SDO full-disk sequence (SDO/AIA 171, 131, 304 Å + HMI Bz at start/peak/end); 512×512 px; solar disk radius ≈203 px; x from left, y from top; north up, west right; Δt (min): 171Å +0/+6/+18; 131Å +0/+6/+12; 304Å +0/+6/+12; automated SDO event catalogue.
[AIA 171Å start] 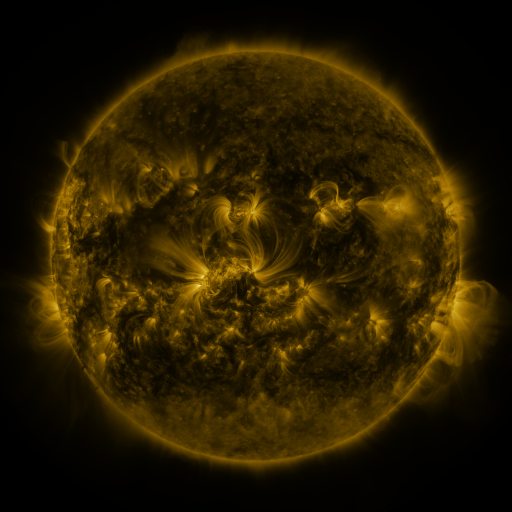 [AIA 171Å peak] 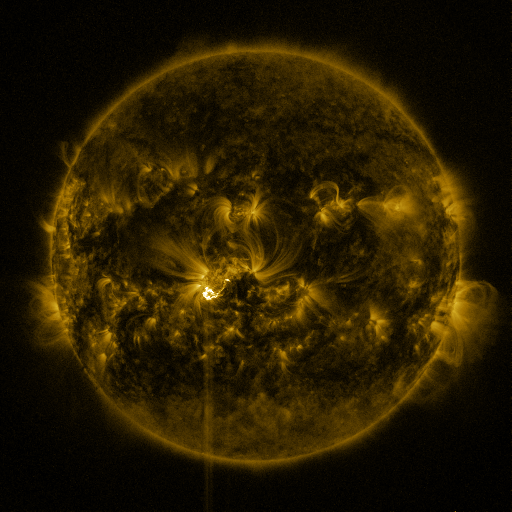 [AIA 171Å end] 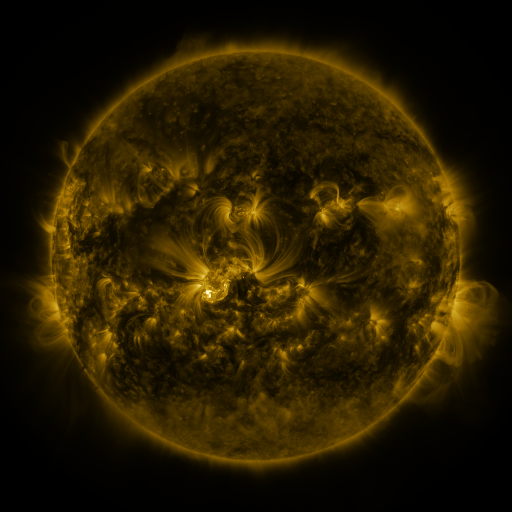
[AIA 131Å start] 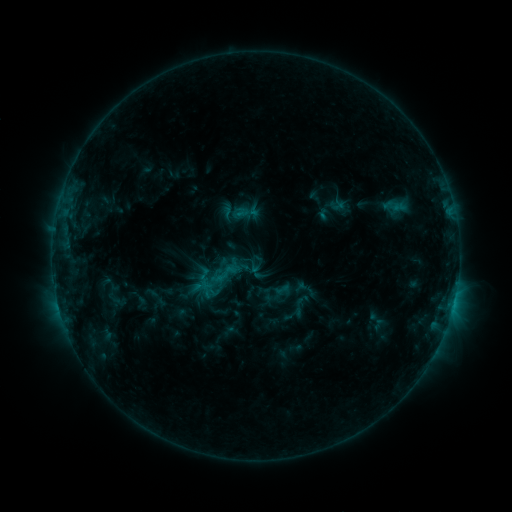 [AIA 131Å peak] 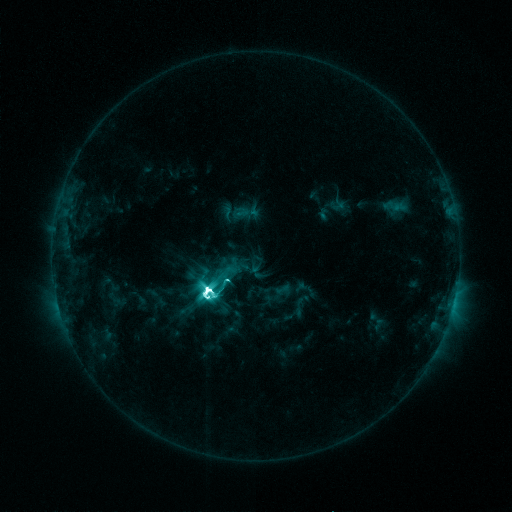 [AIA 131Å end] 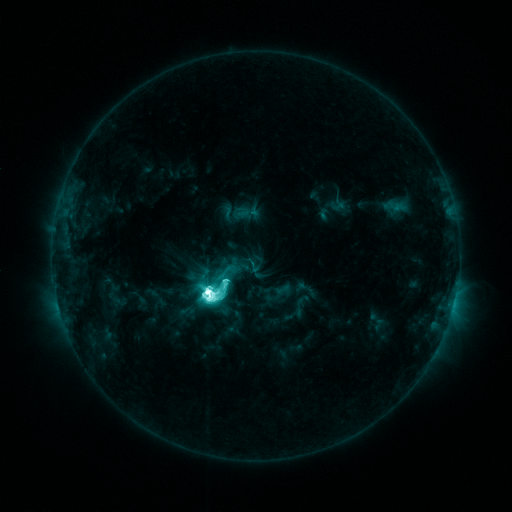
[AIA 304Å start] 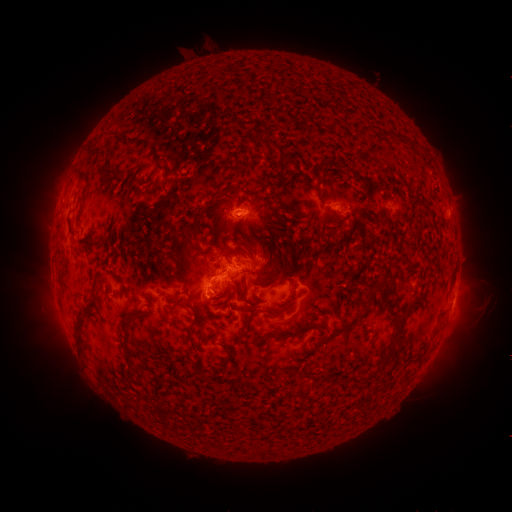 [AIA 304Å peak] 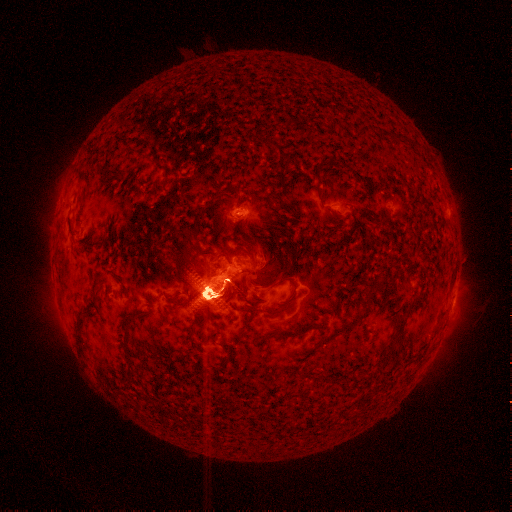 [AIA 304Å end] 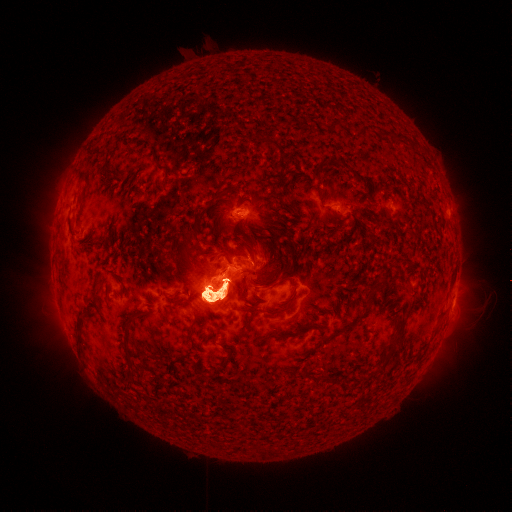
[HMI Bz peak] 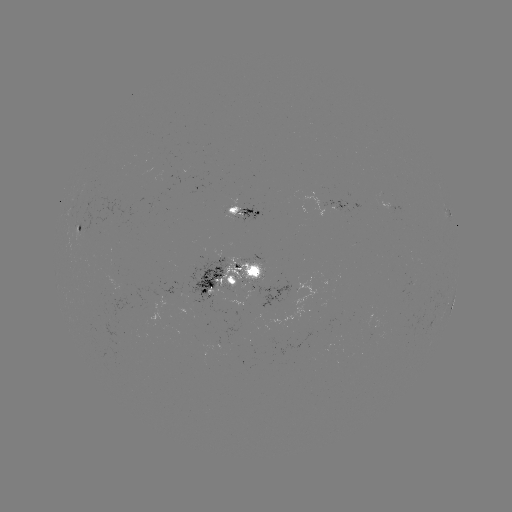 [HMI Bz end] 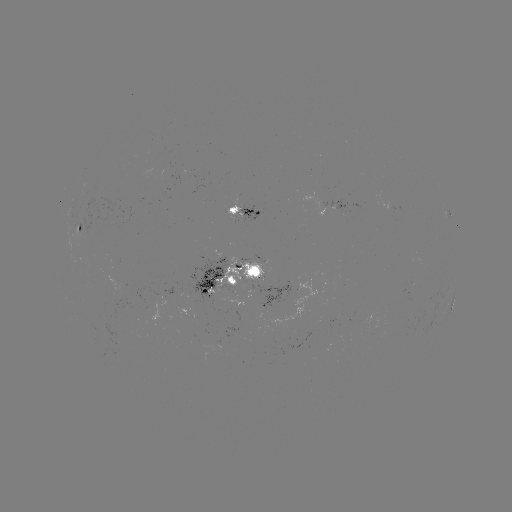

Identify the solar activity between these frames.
eruption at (62, 326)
